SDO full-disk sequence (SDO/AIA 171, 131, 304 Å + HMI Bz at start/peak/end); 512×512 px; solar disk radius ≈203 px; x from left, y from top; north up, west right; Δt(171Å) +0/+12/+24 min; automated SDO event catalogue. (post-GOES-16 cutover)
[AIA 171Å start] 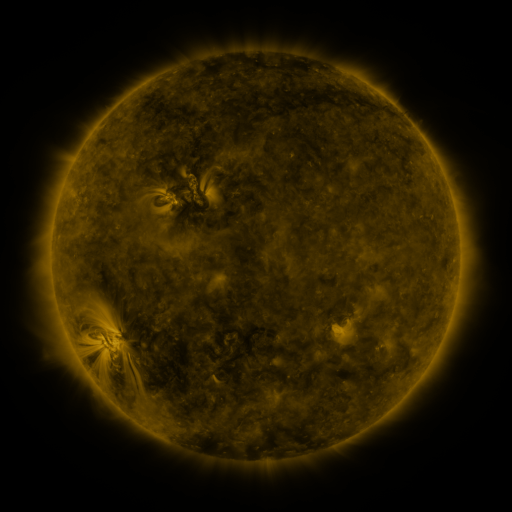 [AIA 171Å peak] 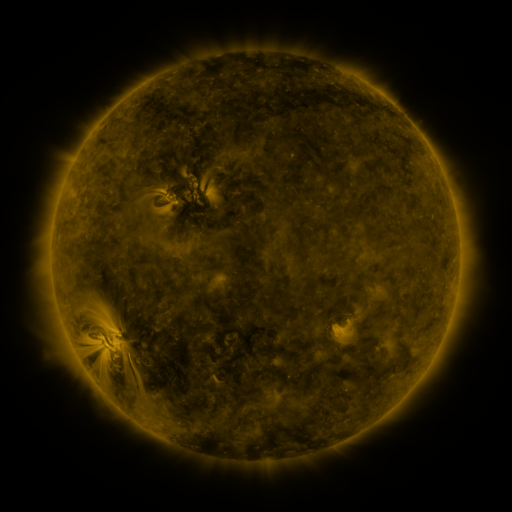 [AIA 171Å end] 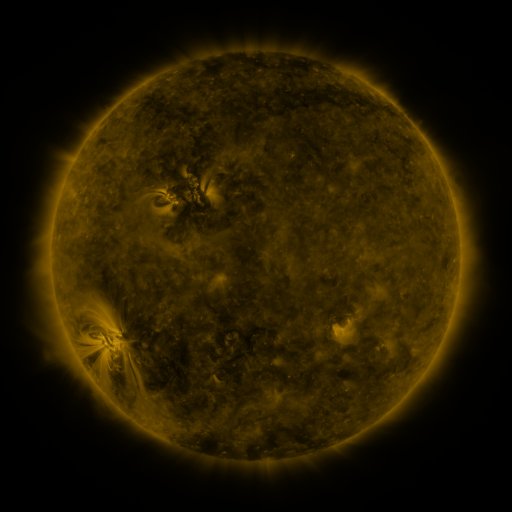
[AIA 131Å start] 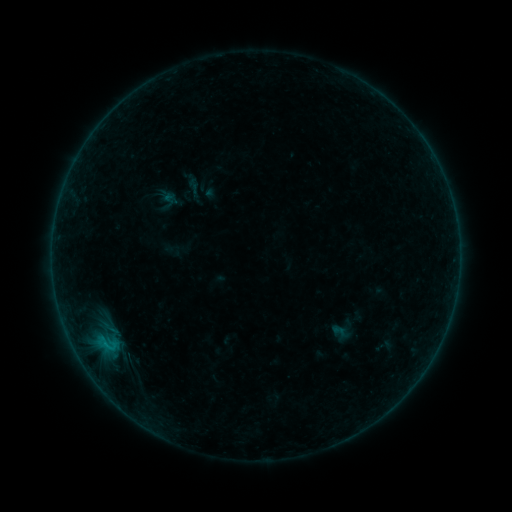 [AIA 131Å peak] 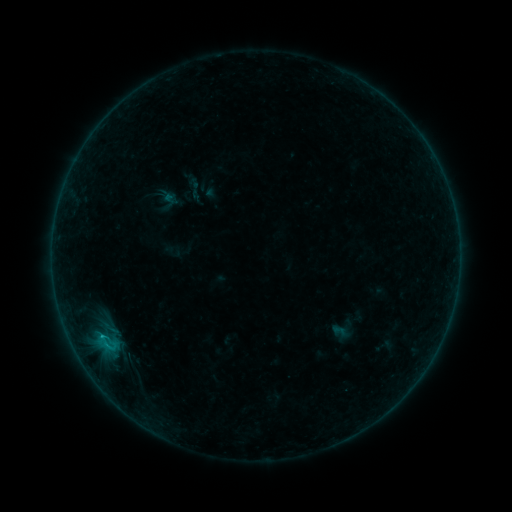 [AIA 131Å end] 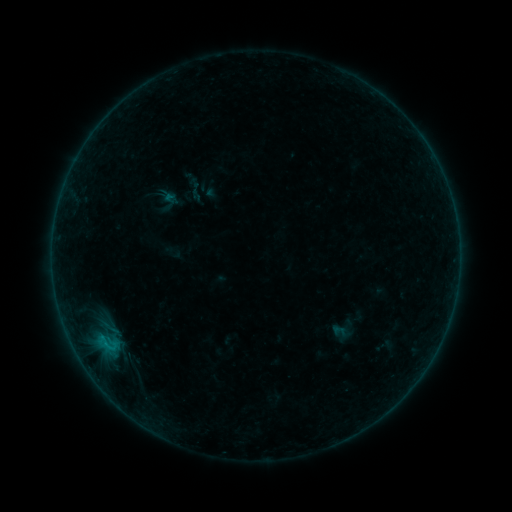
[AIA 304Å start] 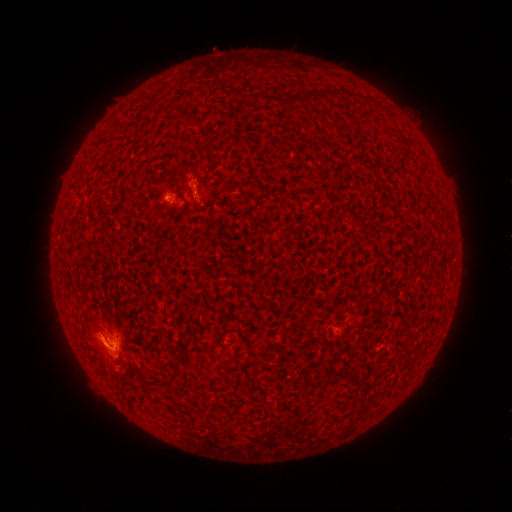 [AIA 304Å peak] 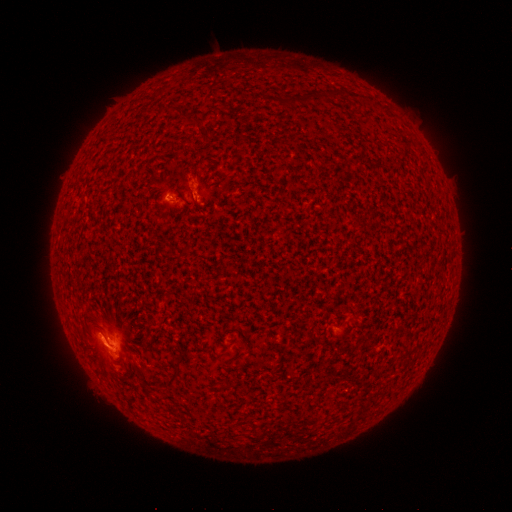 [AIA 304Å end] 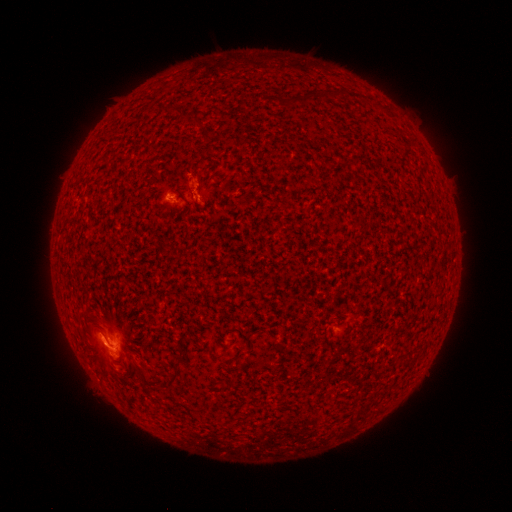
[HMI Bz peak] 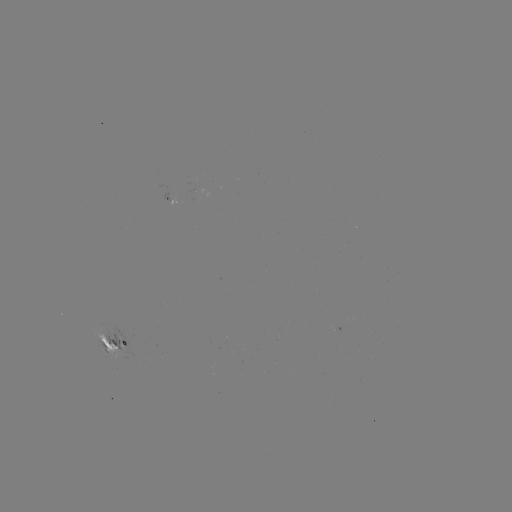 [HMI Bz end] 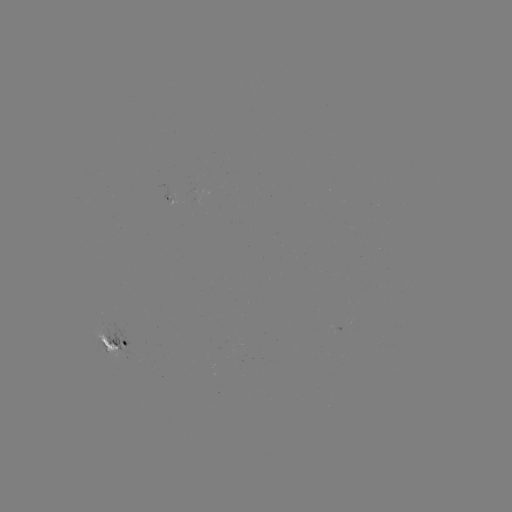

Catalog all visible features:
B6.2 flare: (103, 333)
